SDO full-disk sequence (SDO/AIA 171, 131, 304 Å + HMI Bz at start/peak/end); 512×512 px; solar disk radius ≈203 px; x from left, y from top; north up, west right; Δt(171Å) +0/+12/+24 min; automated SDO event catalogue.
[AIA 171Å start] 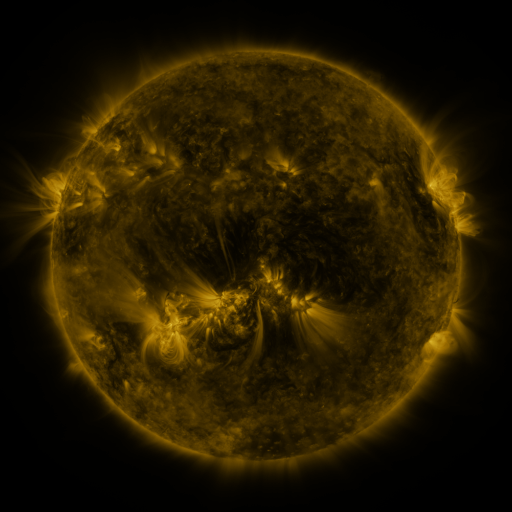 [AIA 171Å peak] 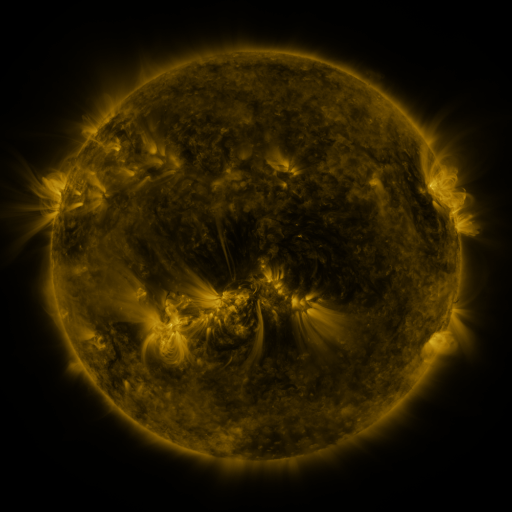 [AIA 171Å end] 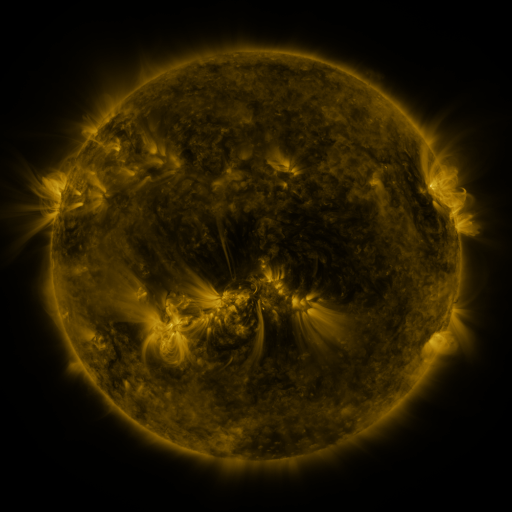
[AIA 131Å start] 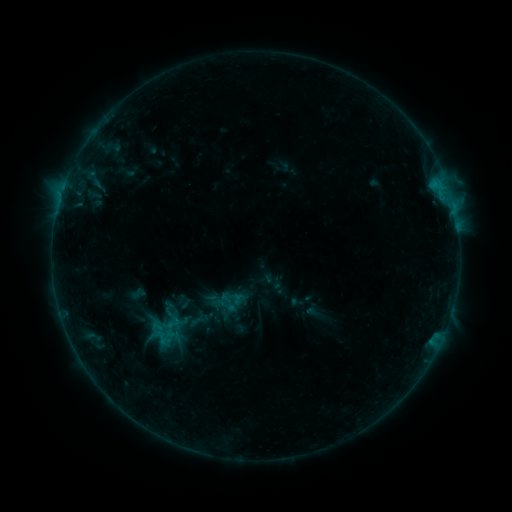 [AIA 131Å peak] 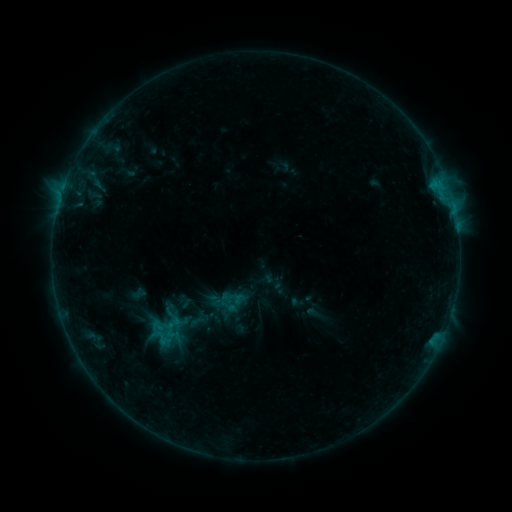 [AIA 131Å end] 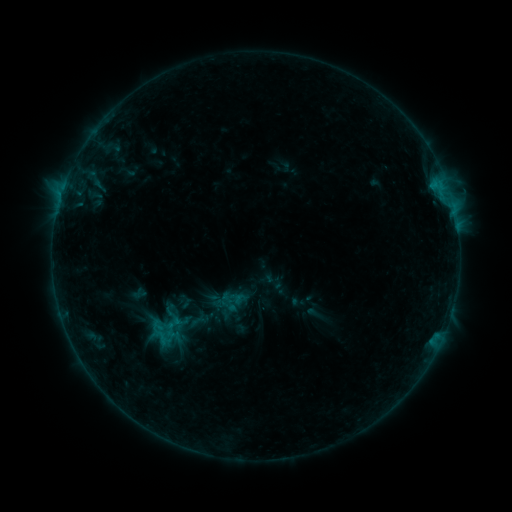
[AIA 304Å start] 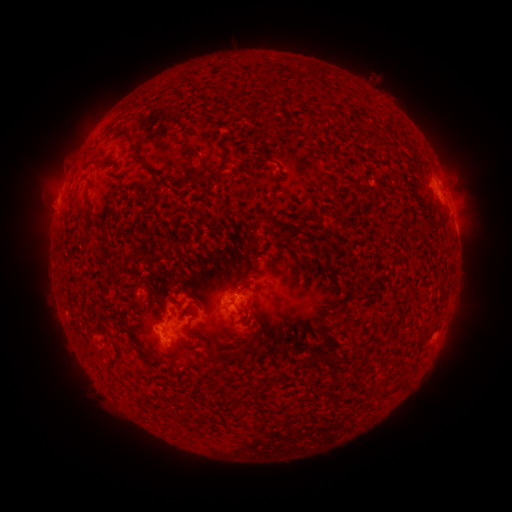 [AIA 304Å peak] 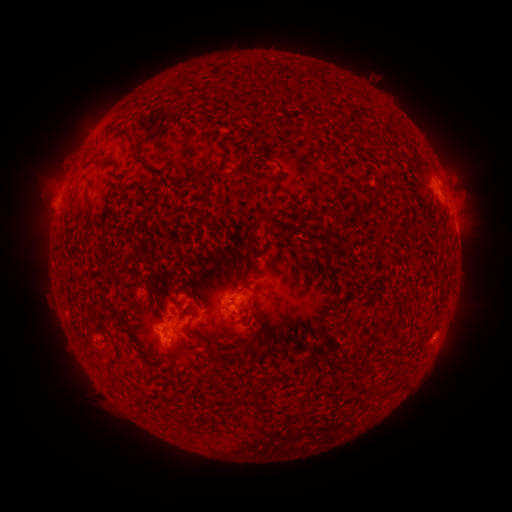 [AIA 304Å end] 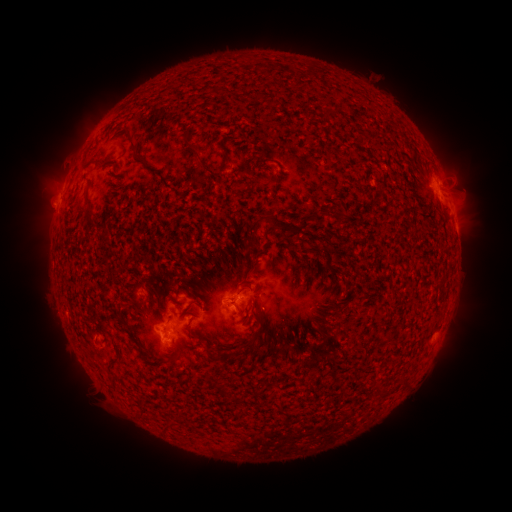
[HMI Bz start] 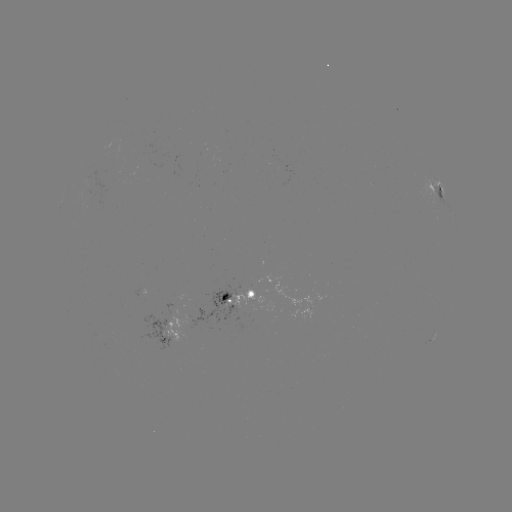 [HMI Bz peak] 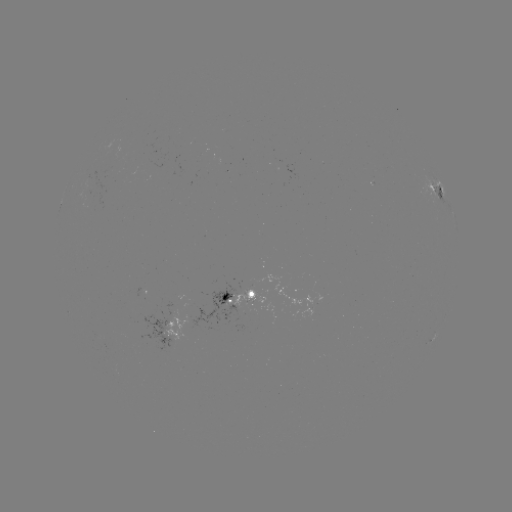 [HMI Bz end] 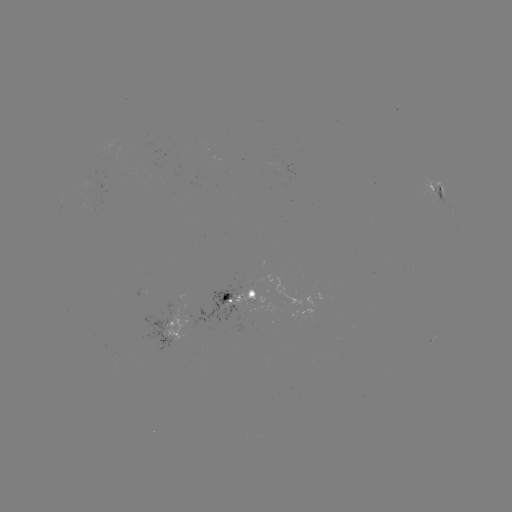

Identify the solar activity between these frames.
no classed flare was catalogued and no EUV brightening was flagged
